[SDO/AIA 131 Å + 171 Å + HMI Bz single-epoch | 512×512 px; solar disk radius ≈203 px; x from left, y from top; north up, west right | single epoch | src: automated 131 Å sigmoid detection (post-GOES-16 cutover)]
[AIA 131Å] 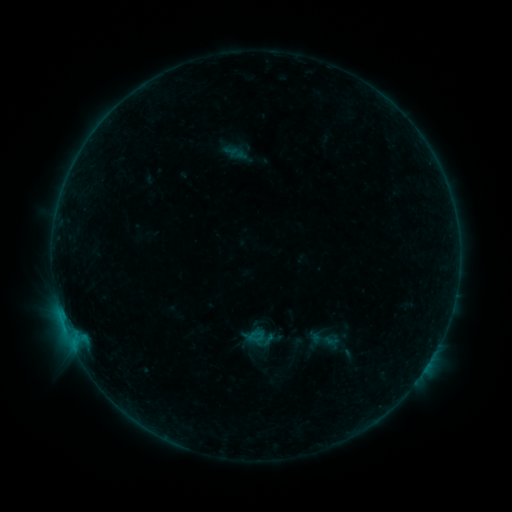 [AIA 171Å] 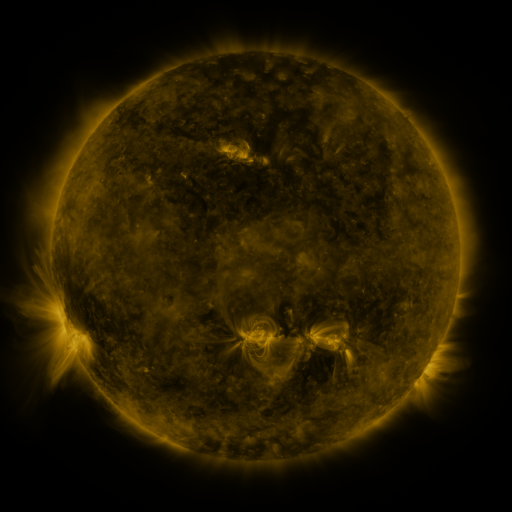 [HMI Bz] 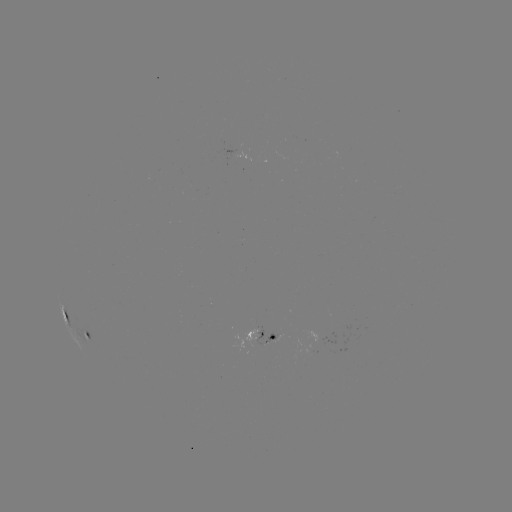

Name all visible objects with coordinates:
sigmoid: (323, 339)
